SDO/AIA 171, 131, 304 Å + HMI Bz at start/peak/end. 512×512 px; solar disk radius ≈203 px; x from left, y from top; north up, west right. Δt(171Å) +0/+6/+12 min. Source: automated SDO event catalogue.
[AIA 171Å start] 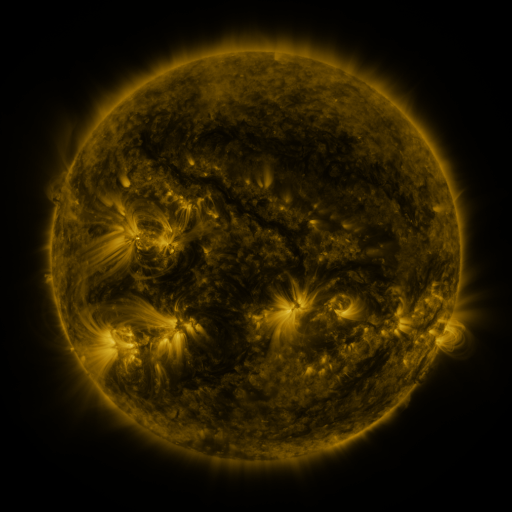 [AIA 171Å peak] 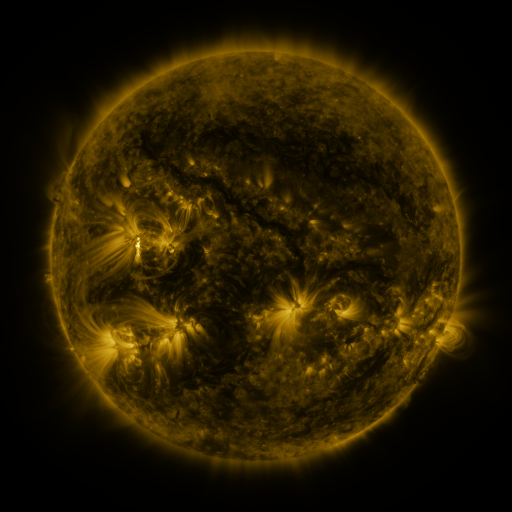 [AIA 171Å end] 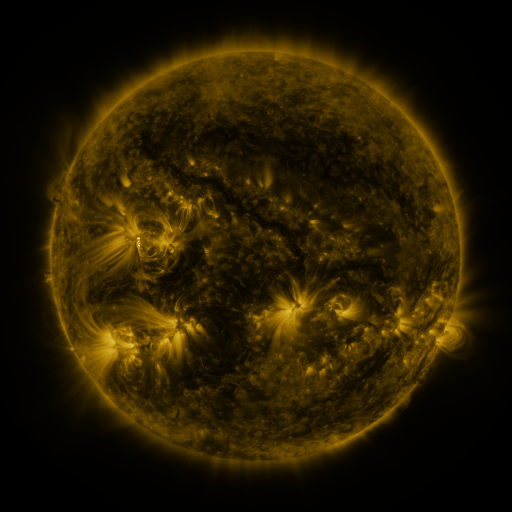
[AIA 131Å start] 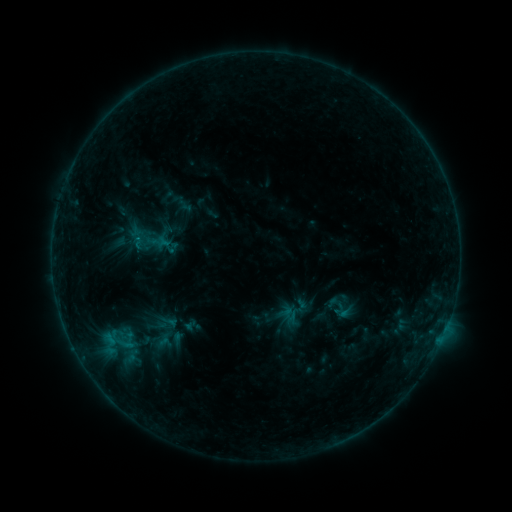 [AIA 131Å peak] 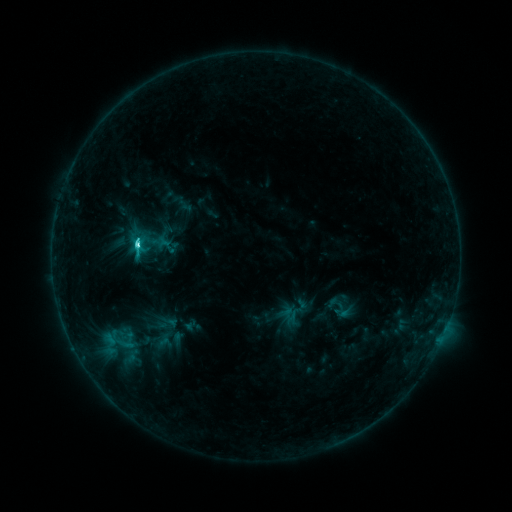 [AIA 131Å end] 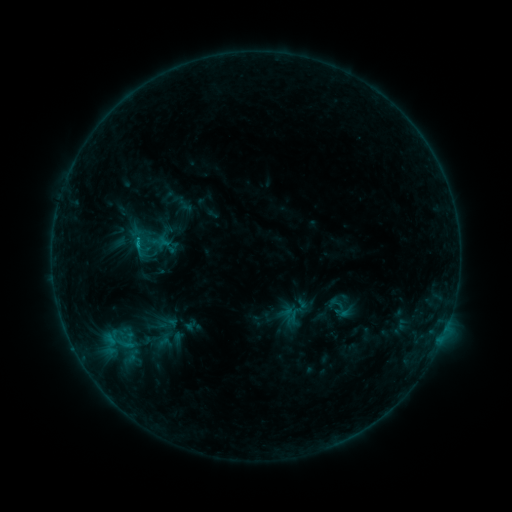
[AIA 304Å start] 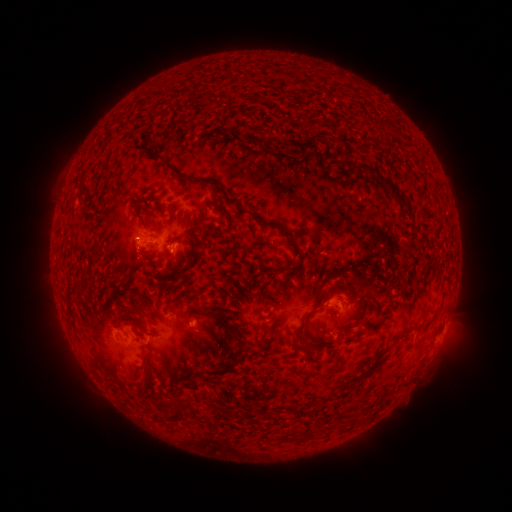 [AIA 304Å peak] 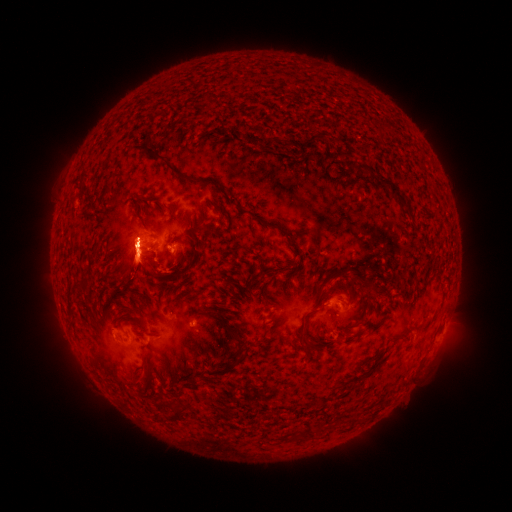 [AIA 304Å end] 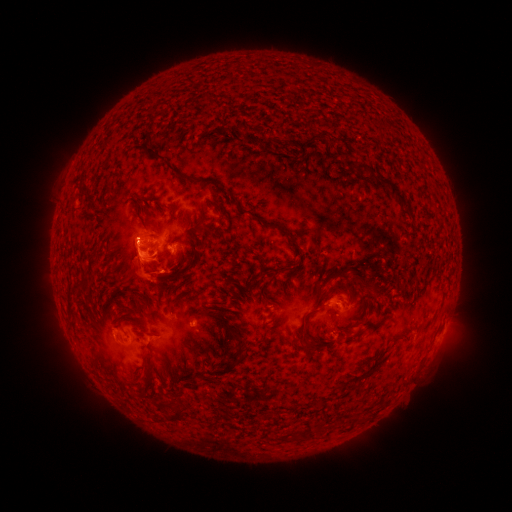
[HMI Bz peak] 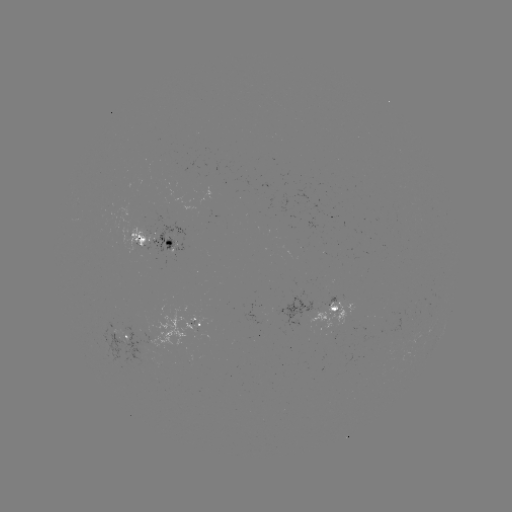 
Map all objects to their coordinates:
eruption: (137, 251)
